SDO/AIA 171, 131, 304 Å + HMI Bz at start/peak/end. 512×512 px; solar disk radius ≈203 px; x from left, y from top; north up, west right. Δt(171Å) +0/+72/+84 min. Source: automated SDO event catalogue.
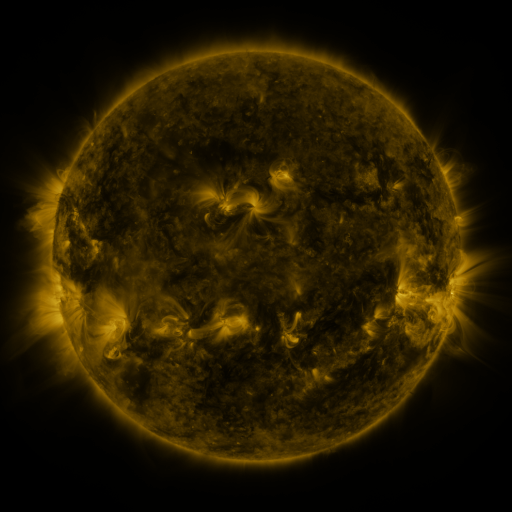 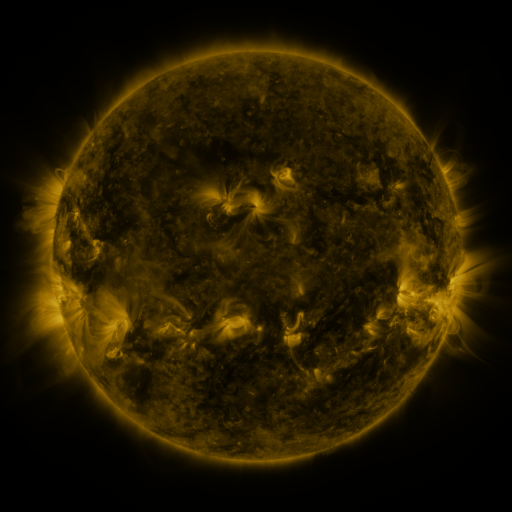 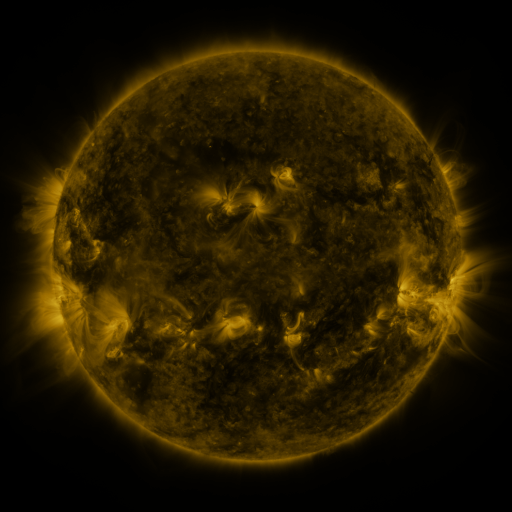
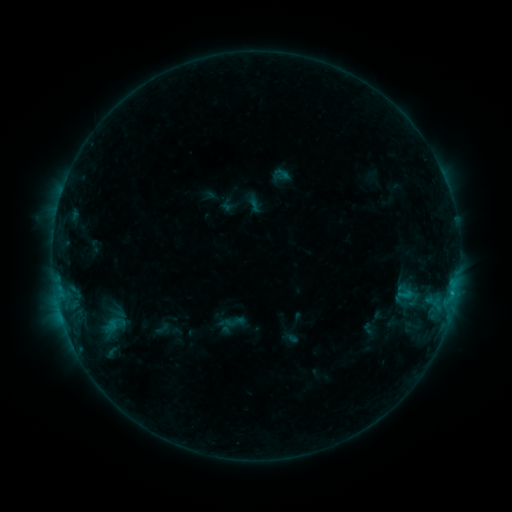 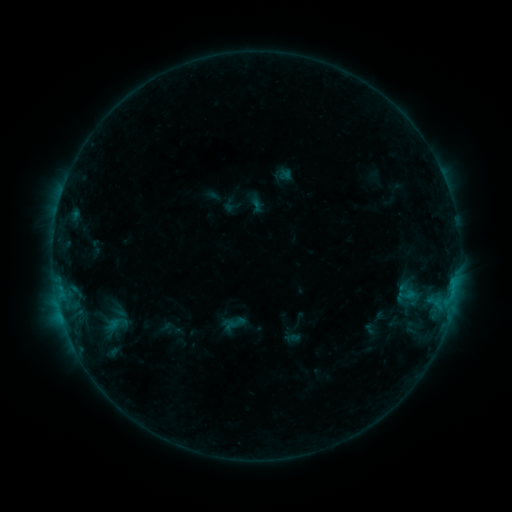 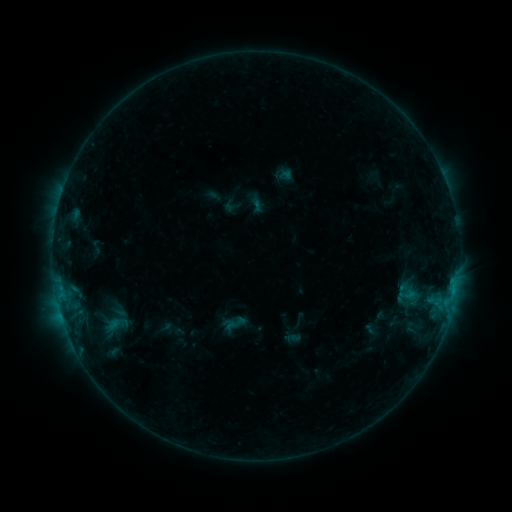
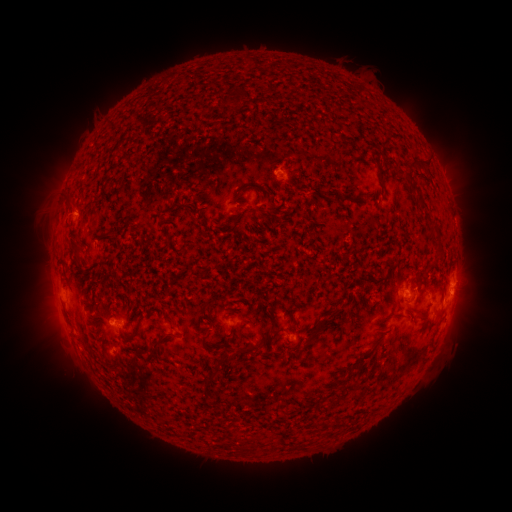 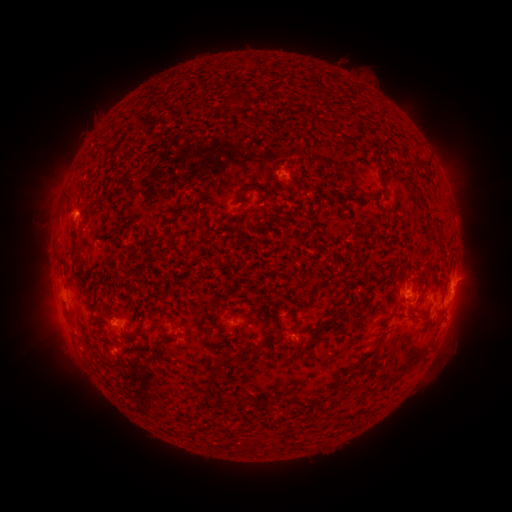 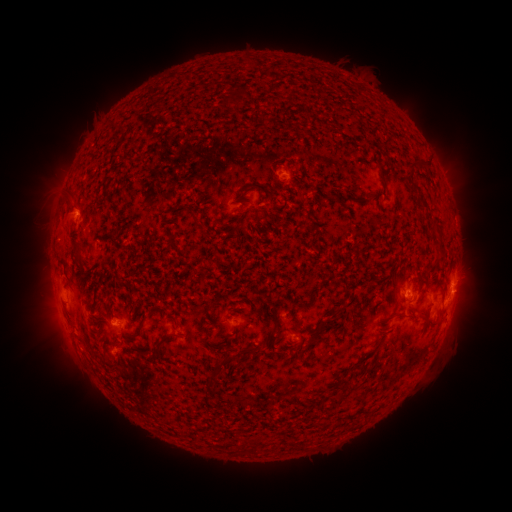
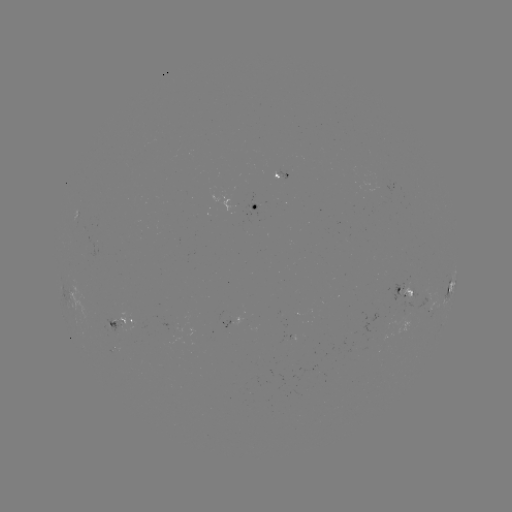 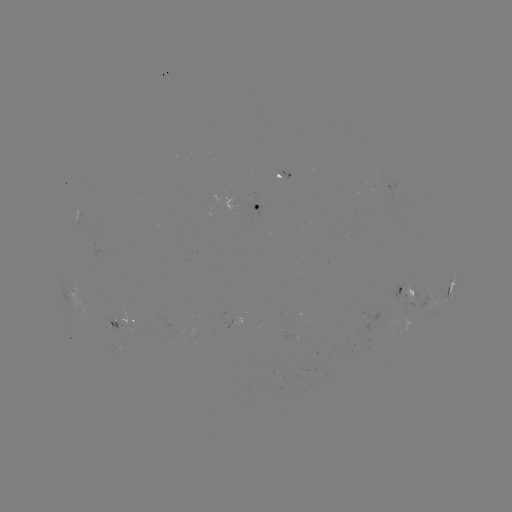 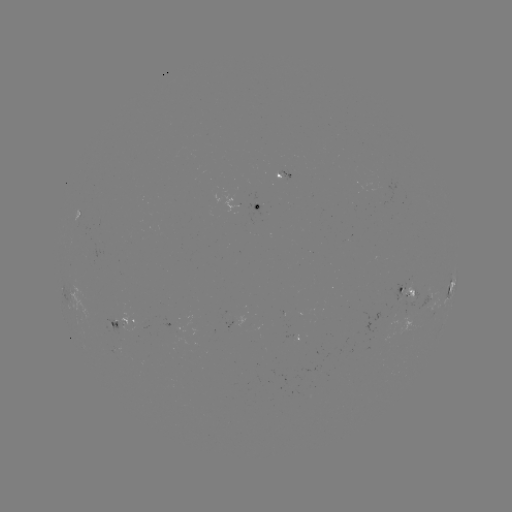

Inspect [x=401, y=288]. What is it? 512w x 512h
emerging-flux region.